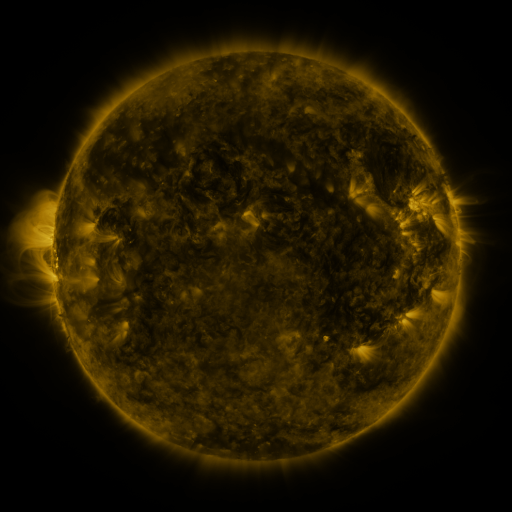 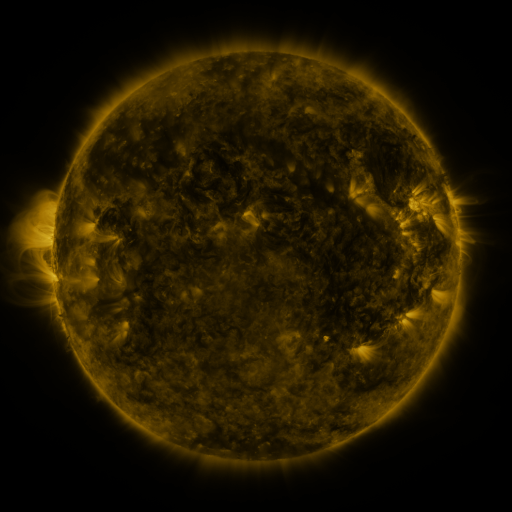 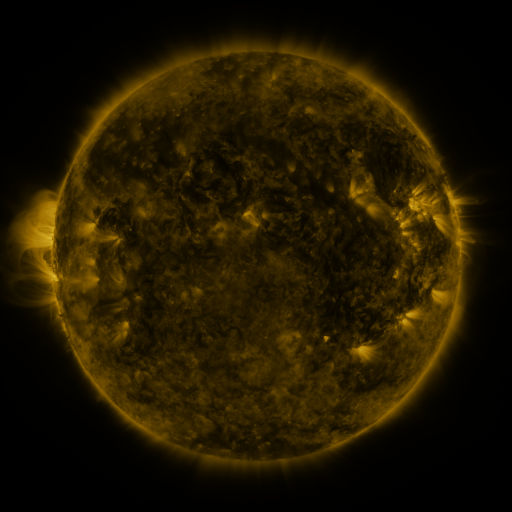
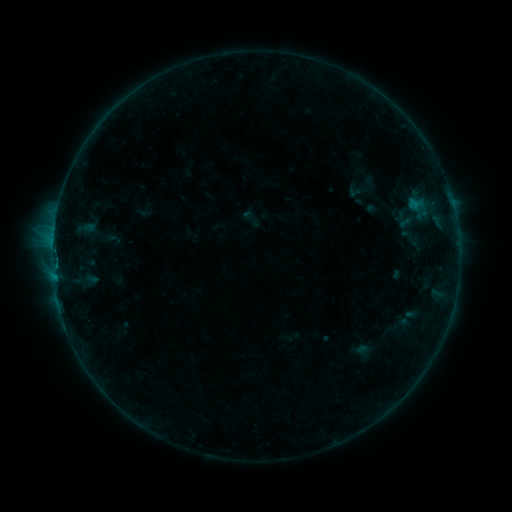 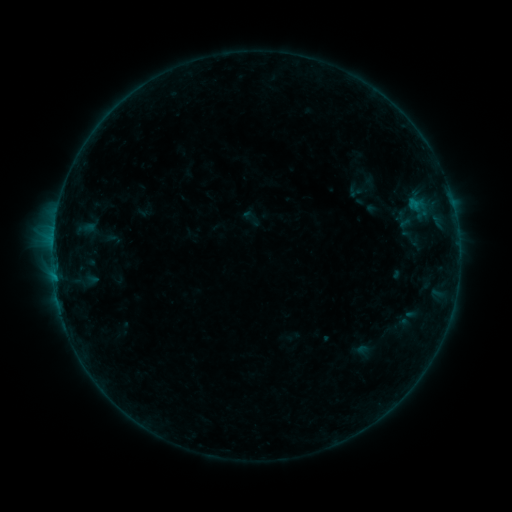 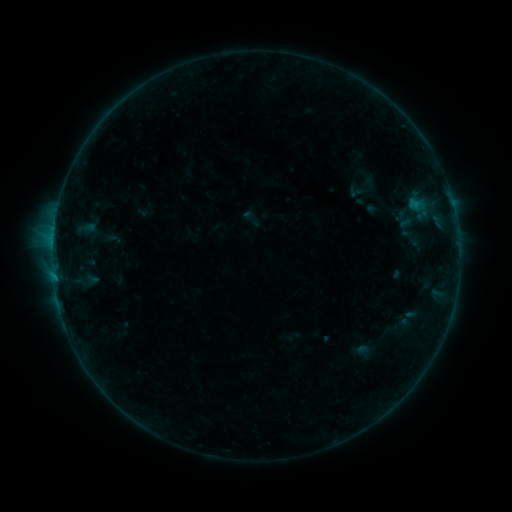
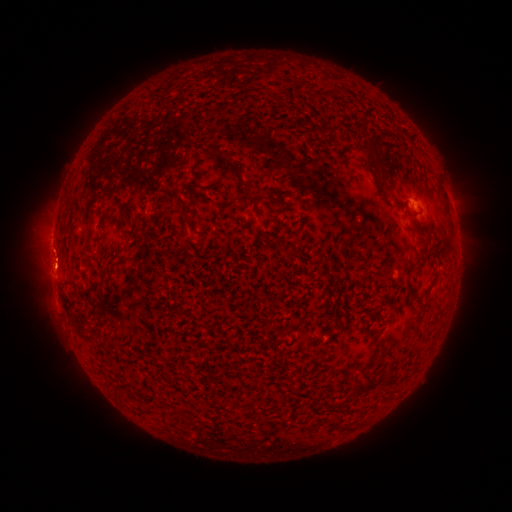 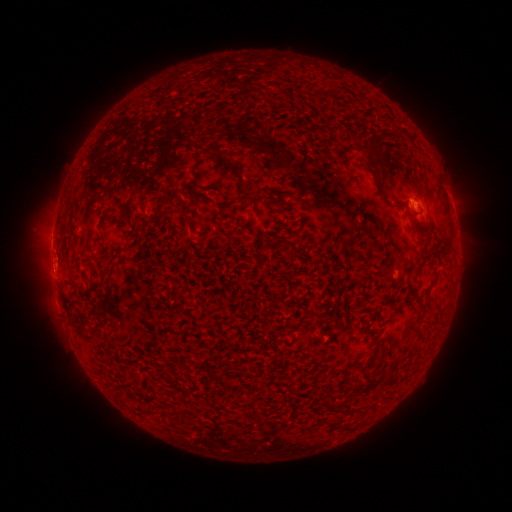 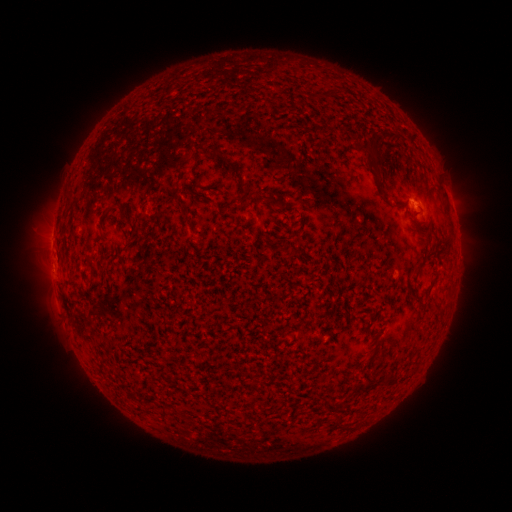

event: flare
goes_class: B2.2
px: (55, 266)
